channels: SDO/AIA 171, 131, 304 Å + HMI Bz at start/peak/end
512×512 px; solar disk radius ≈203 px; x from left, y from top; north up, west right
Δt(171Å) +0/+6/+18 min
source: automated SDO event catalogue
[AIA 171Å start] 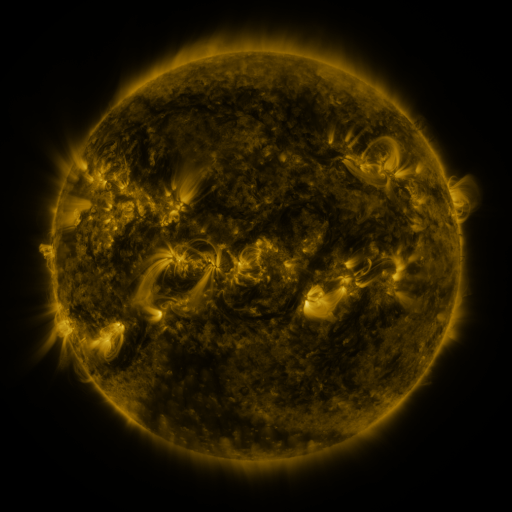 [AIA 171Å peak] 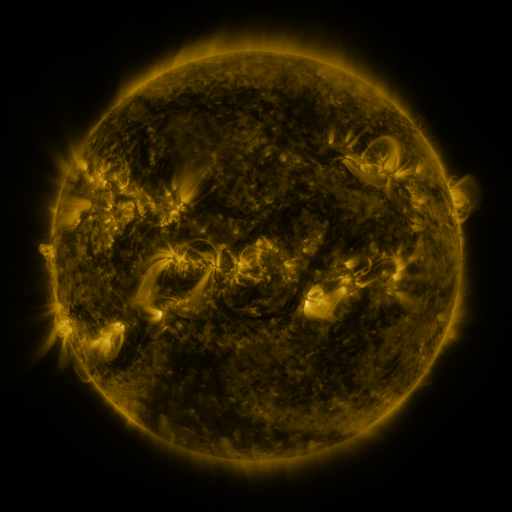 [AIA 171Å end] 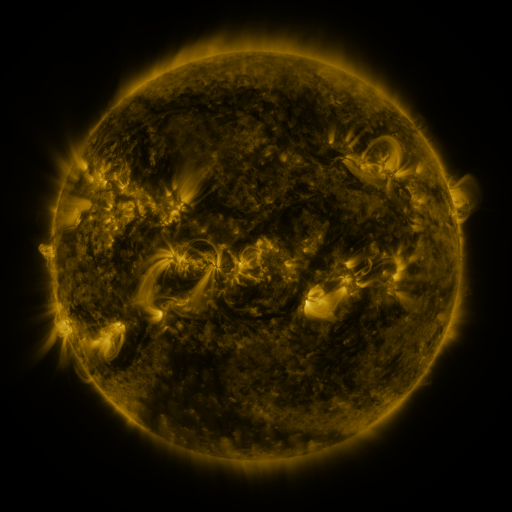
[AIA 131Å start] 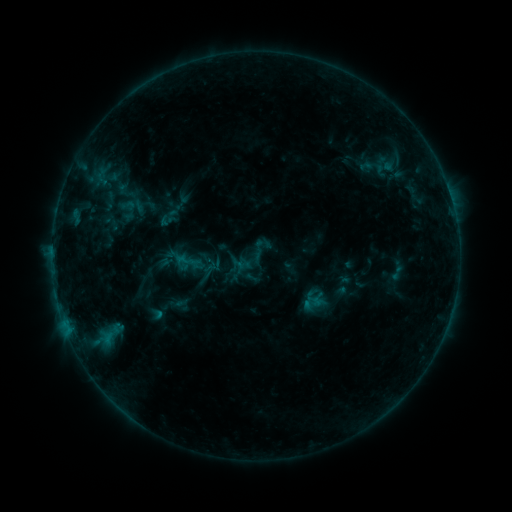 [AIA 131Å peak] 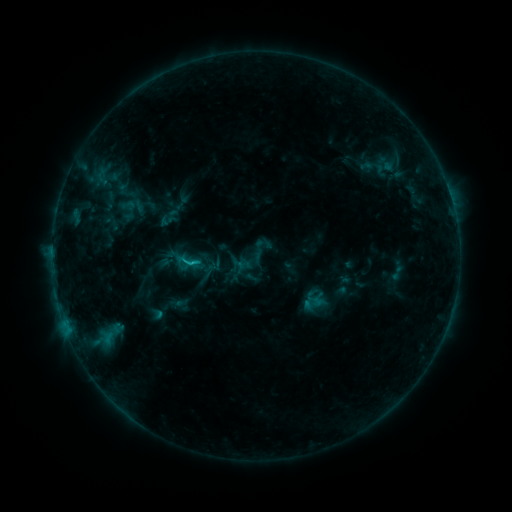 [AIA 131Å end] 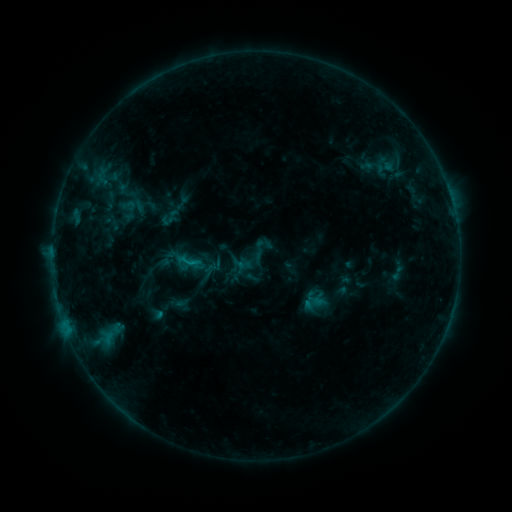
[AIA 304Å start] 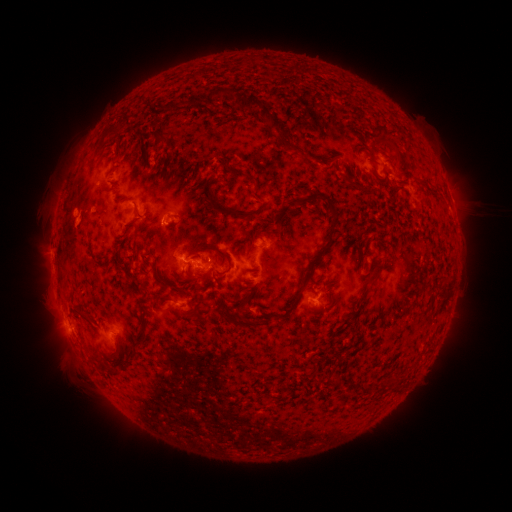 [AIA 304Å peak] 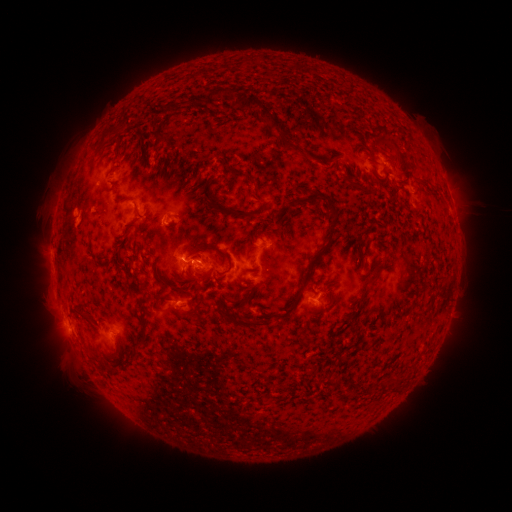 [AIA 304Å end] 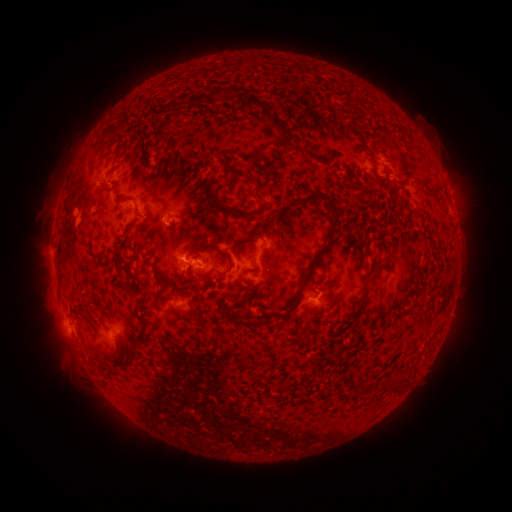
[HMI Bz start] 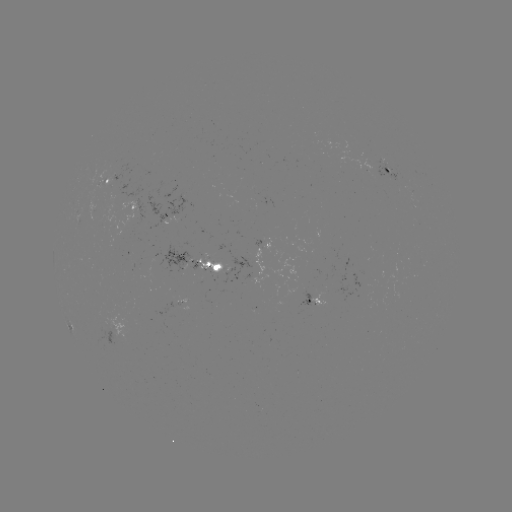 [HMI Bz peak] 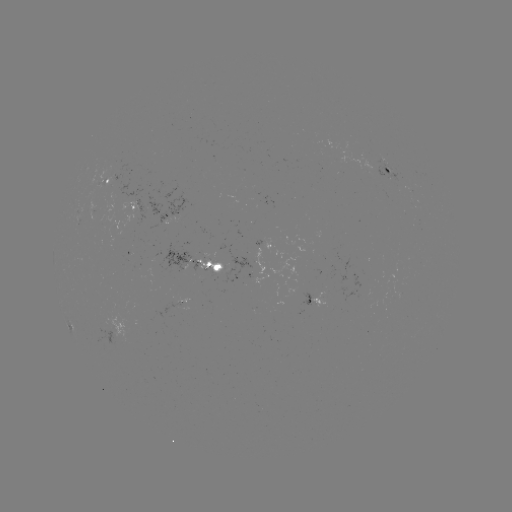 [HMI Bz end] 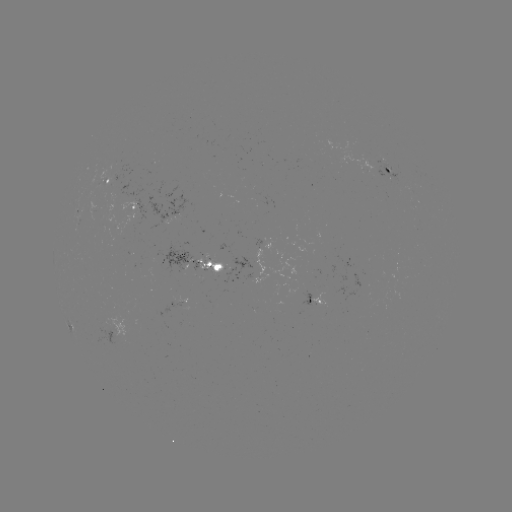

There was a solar flare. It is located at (193, 261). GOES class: B9.0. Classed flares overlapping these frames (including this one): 1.